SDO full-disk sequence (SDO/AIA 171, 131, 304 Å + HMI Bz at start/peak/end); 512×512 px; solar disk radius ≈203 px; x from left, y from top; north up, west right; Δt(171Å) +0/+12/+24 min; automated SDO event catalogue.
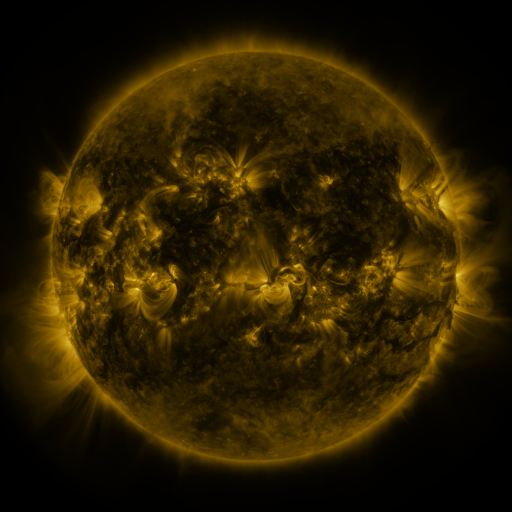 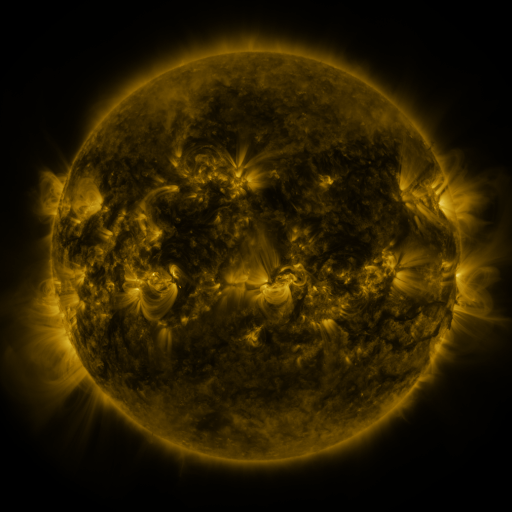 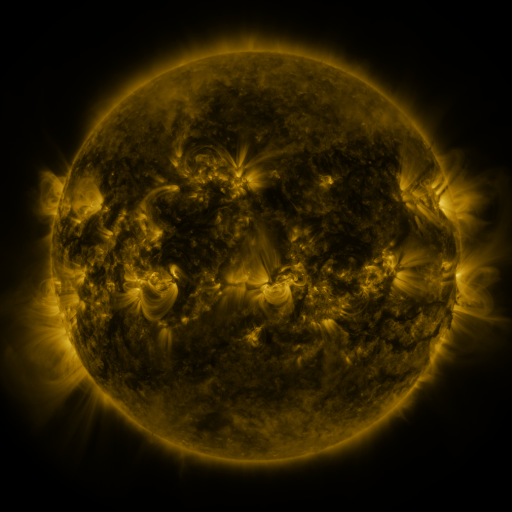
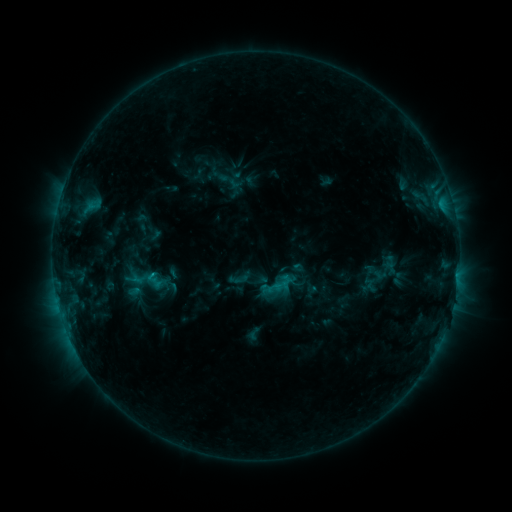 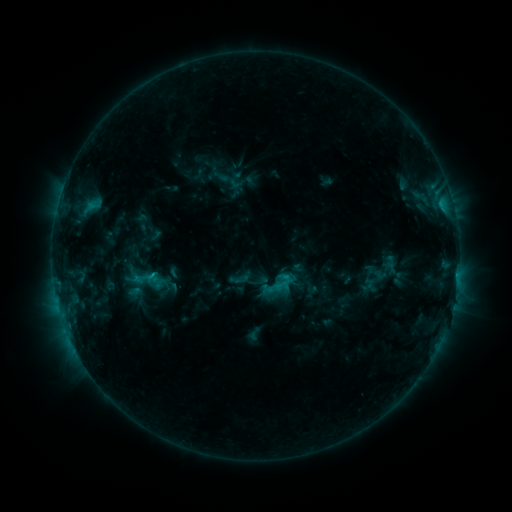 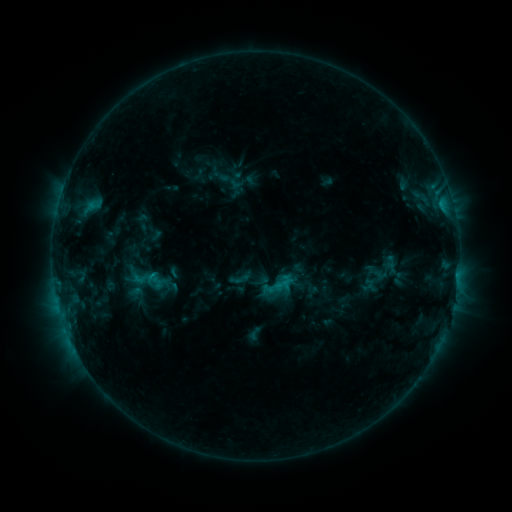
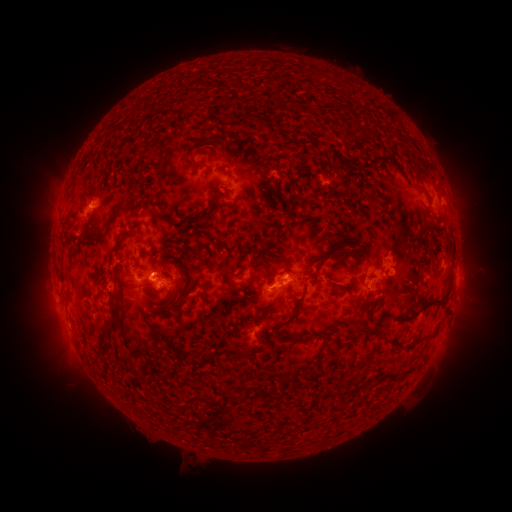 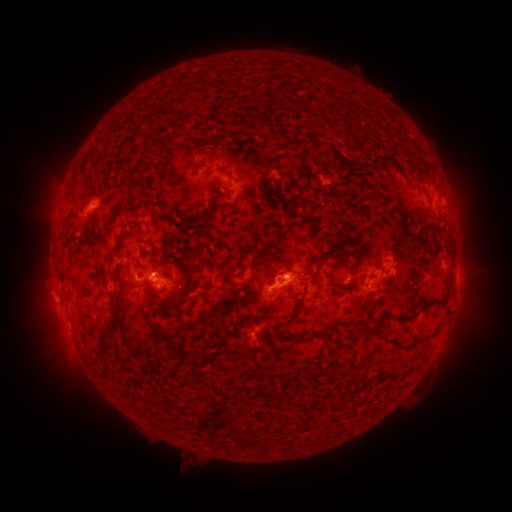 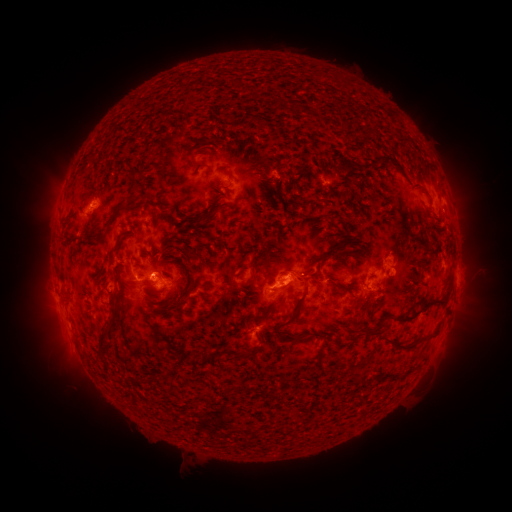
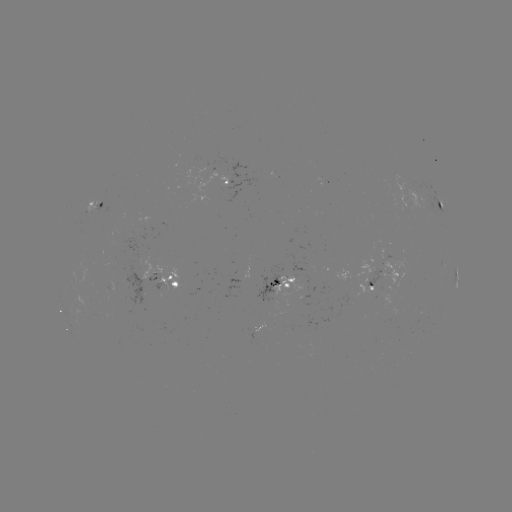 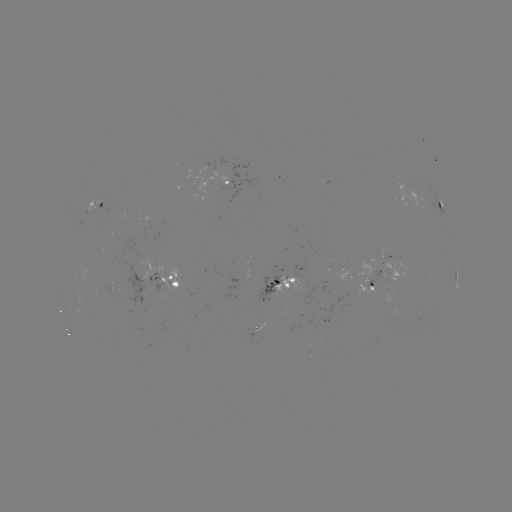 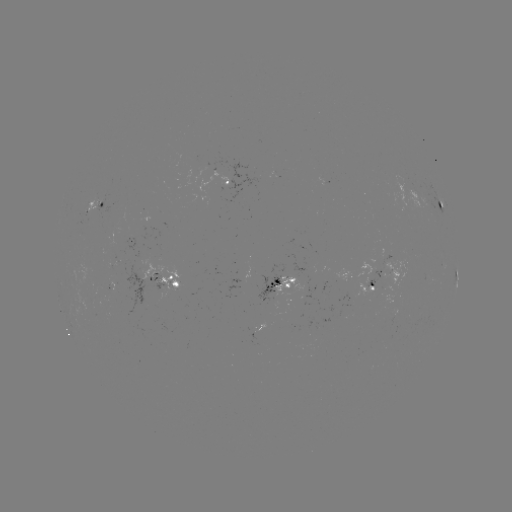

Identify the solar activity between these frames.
C1.1 flare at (287, 274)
